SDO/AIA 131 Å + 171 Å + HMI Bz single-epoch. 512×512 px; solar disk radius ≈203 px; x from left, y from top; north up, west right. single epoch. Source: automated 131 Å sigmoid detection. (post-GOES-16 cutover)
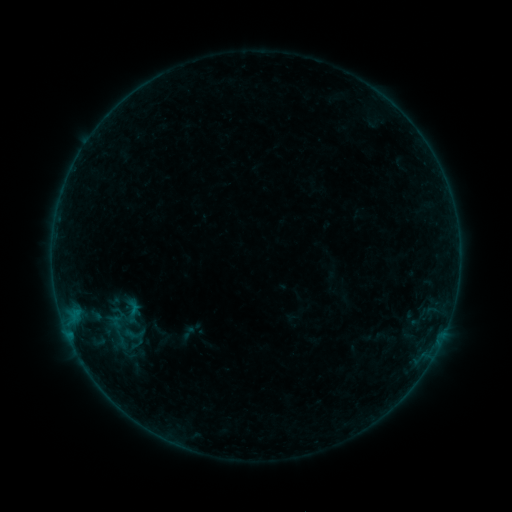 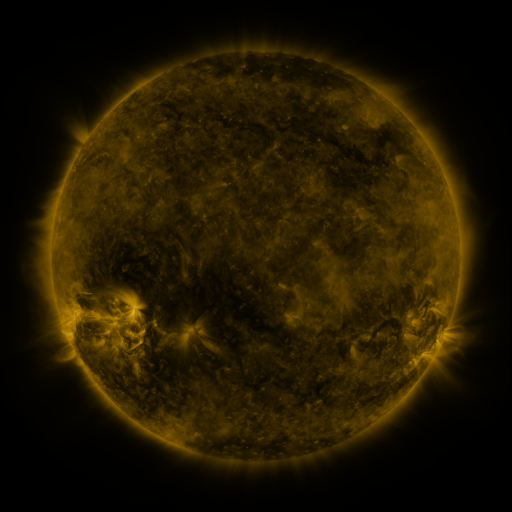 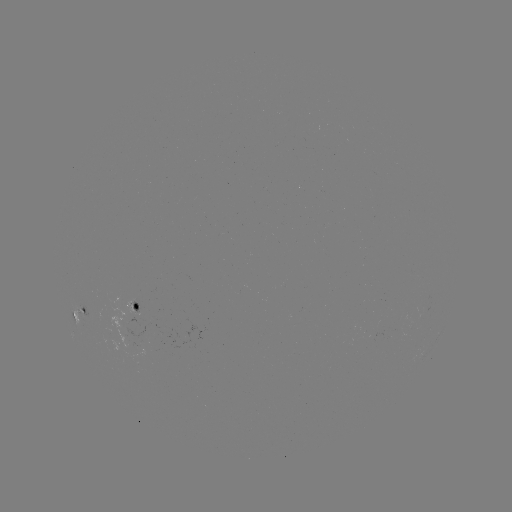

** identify sigmoid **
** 133,334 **